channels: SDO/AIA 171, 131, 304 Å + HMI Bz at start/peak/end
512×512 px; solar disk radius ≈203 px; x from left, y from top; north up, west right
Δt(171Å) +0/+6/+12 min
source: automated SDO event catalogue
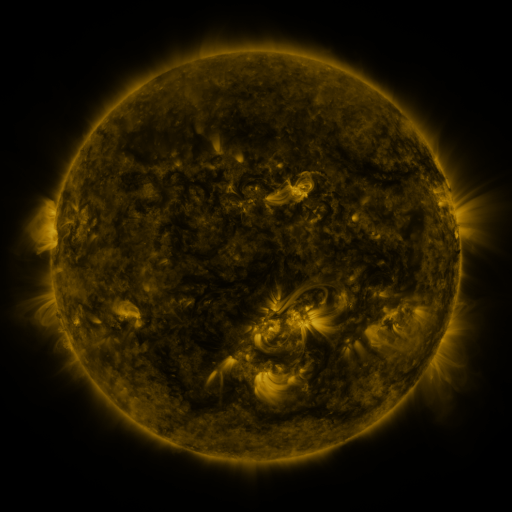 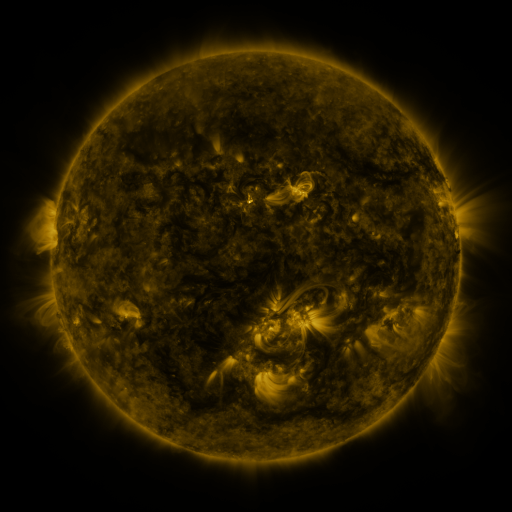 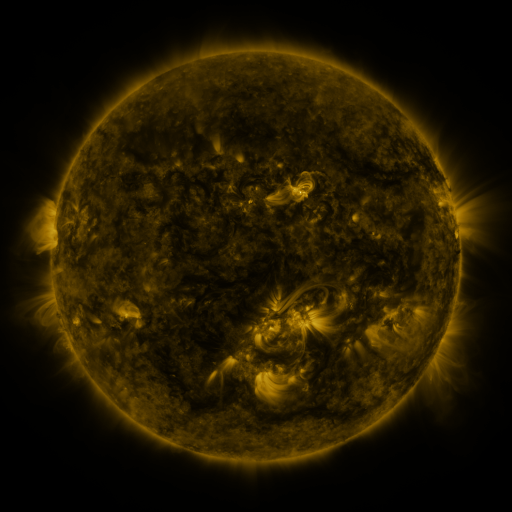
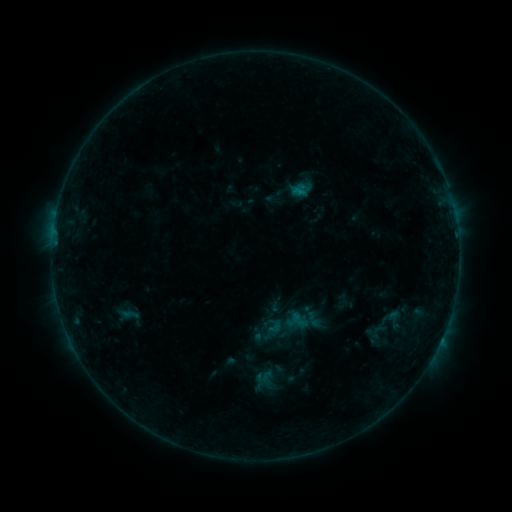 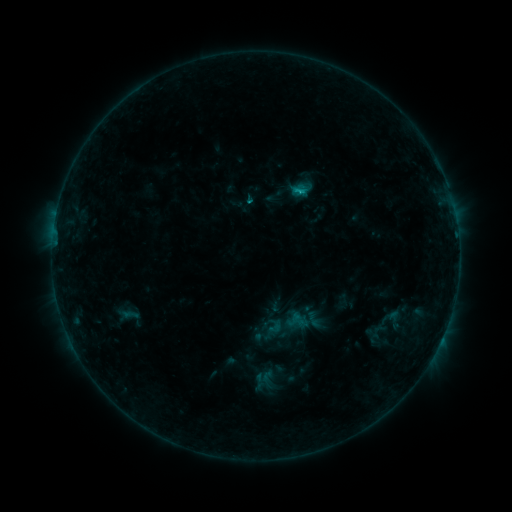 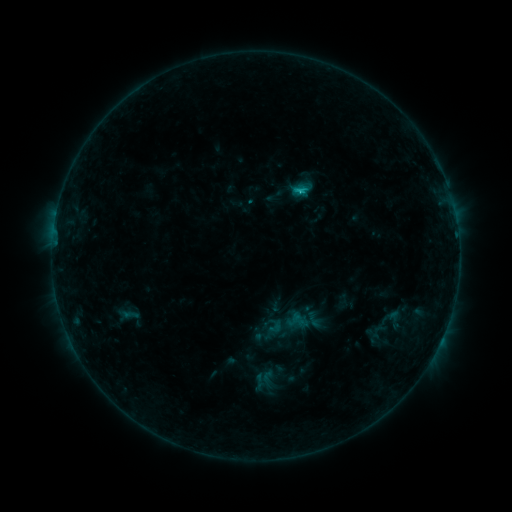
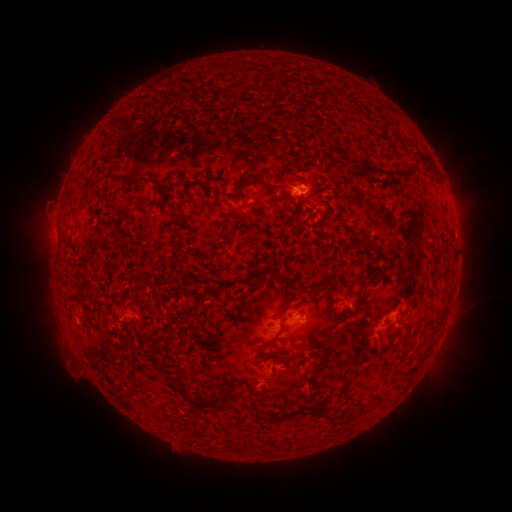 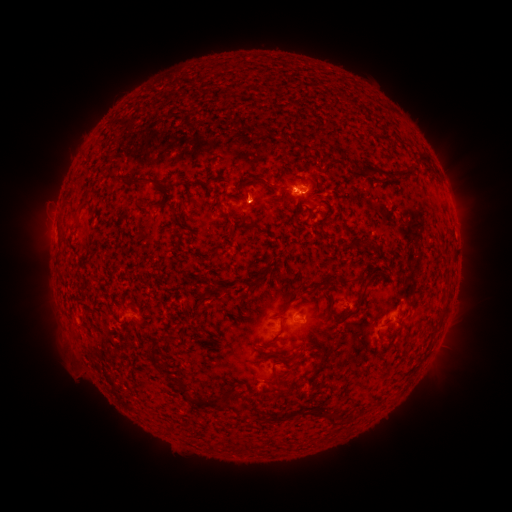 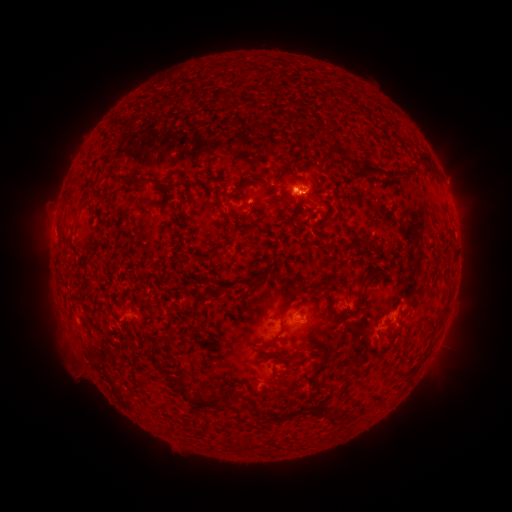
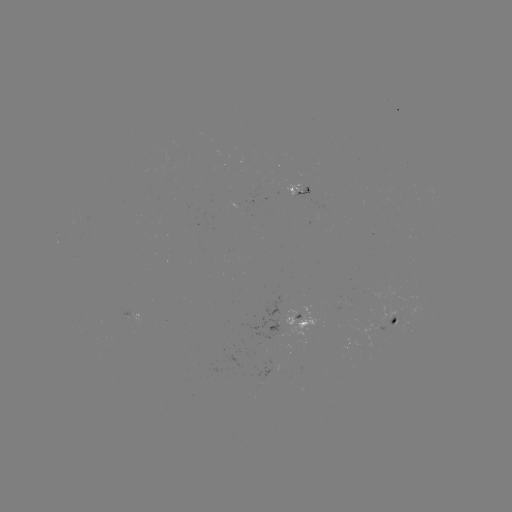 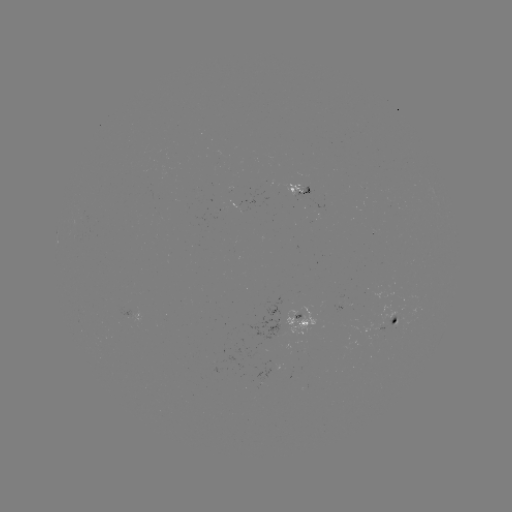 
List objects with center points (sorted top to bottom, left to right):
C1.1 flare: (298, 191)
